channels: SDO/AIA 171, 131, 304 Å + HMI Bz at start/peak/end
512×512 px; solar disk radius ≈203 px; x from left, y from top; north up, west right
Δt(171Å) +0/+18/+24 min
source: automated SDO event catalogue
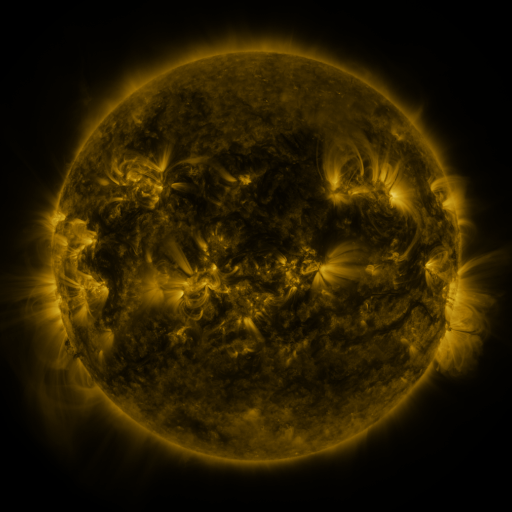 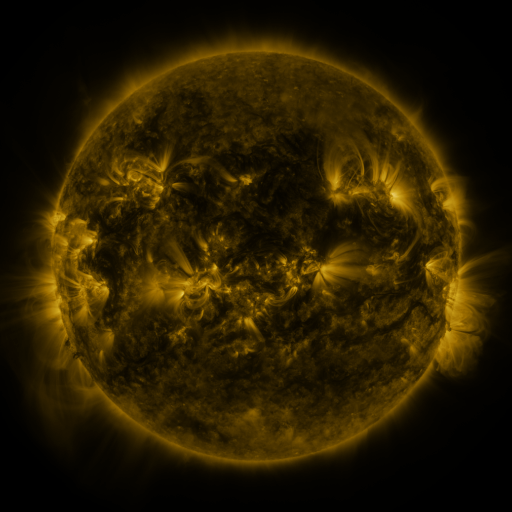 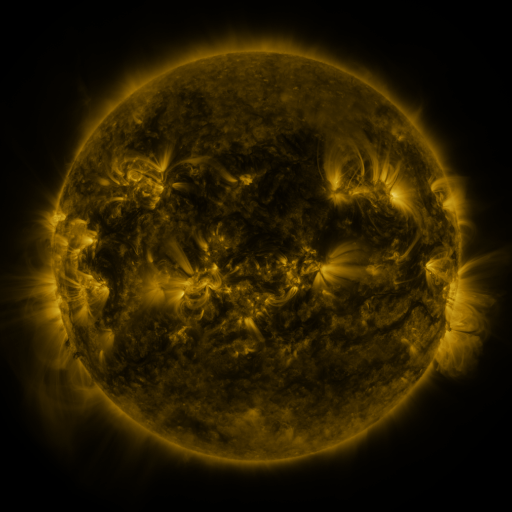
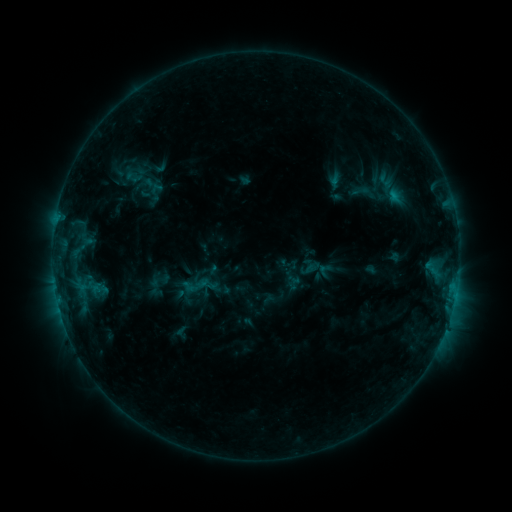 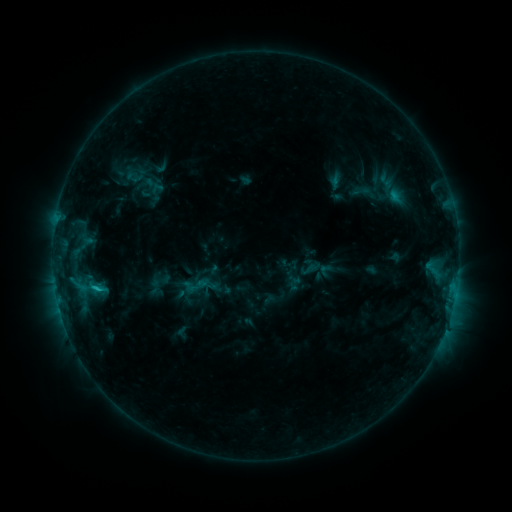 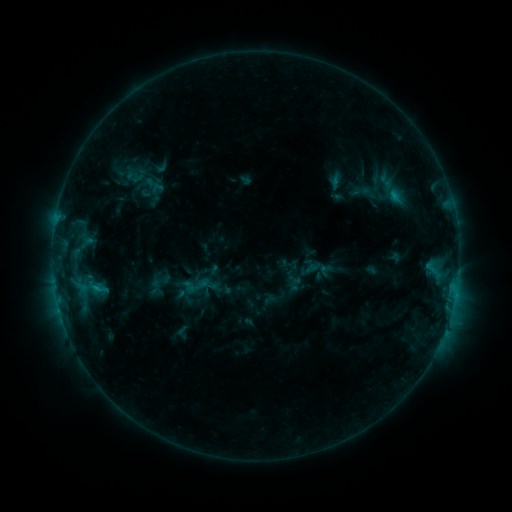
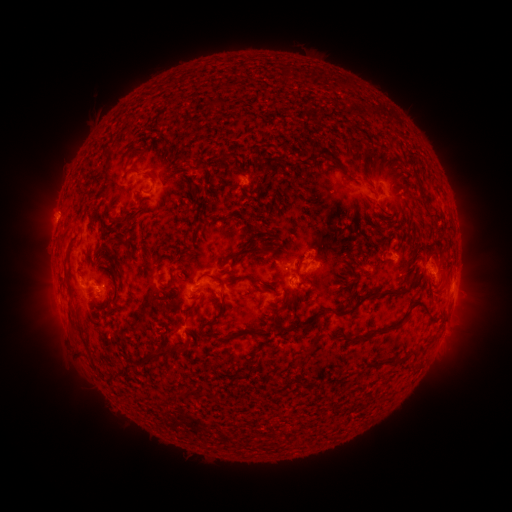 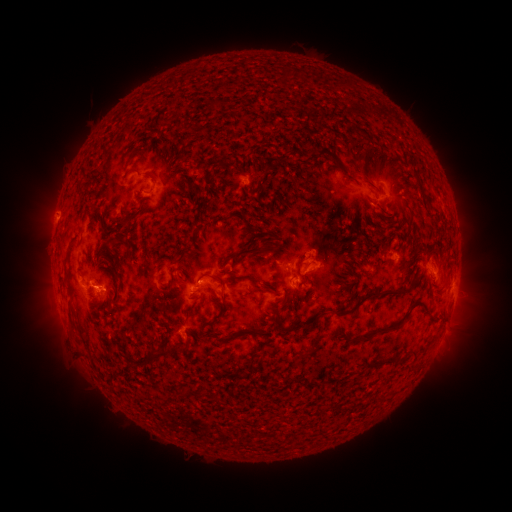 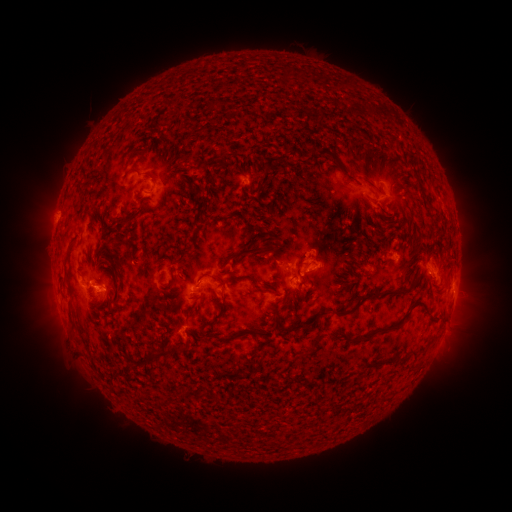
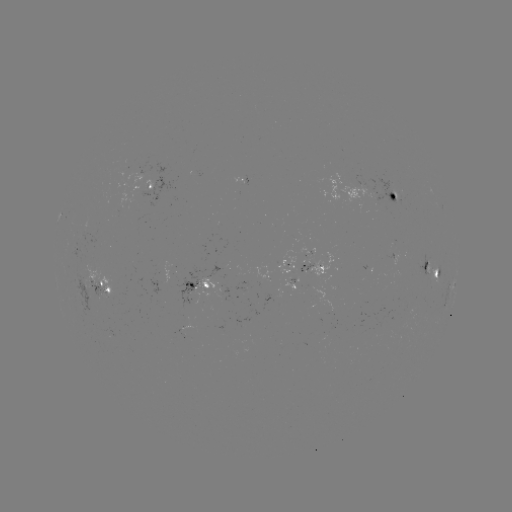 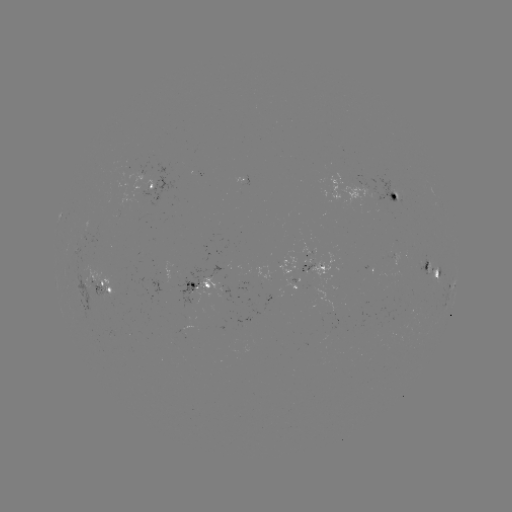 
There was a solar flare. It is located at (97, 286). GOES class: C1.2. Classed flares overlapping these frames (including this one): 1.